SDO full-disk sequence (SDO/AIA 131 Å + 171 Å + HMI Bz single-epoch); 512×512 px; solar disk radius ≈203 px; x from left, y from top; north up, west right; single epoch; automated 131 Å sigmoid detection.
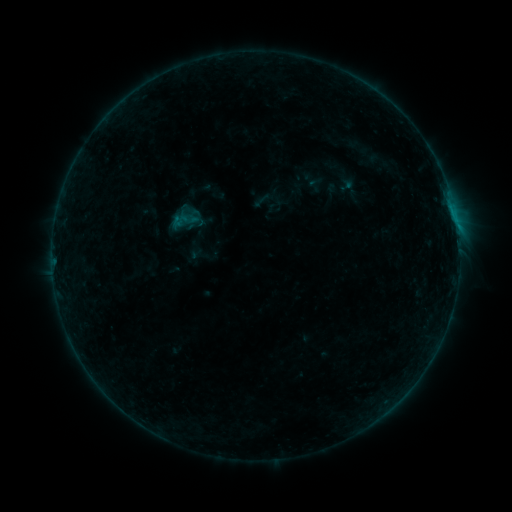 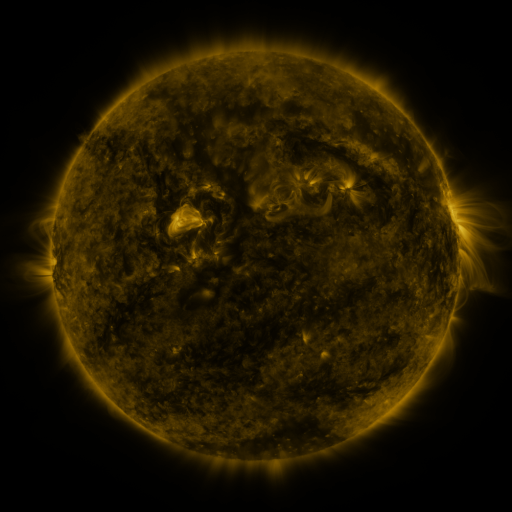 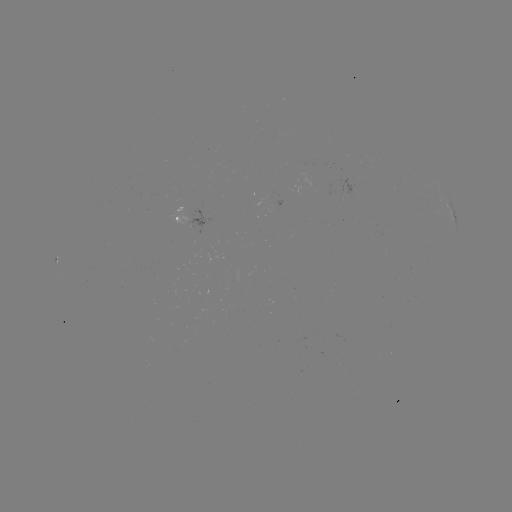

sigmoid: [169, 206, 198, 235]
